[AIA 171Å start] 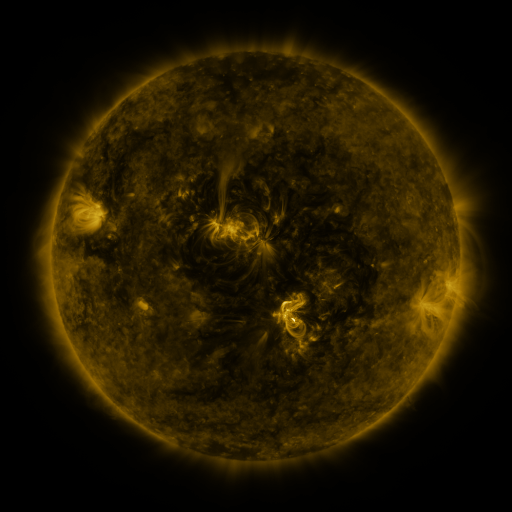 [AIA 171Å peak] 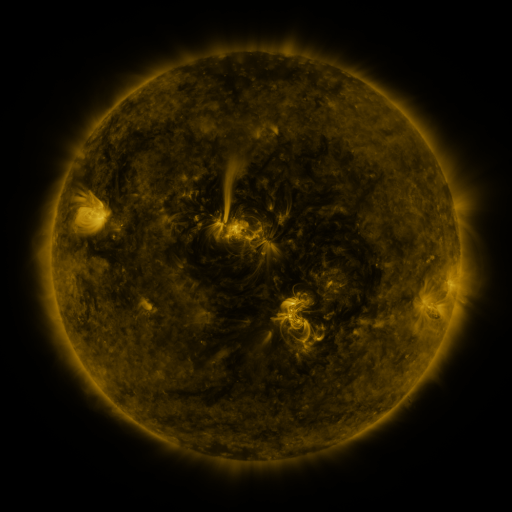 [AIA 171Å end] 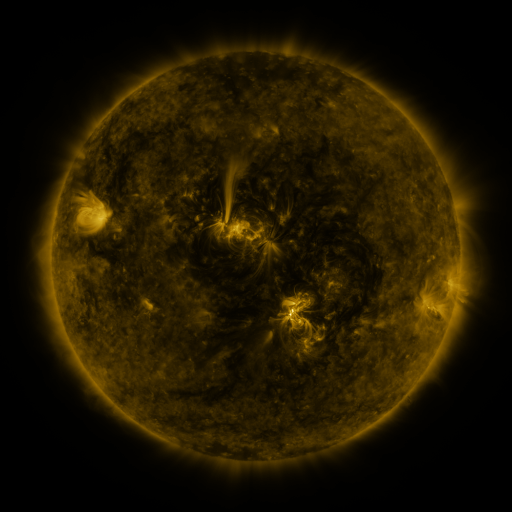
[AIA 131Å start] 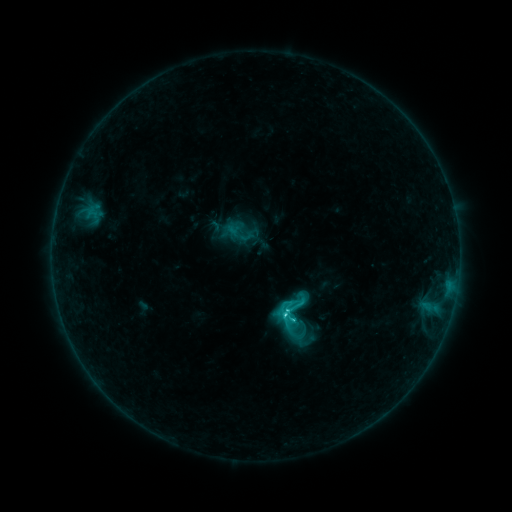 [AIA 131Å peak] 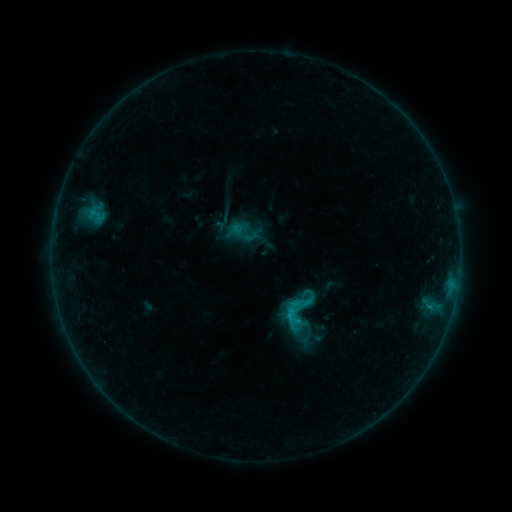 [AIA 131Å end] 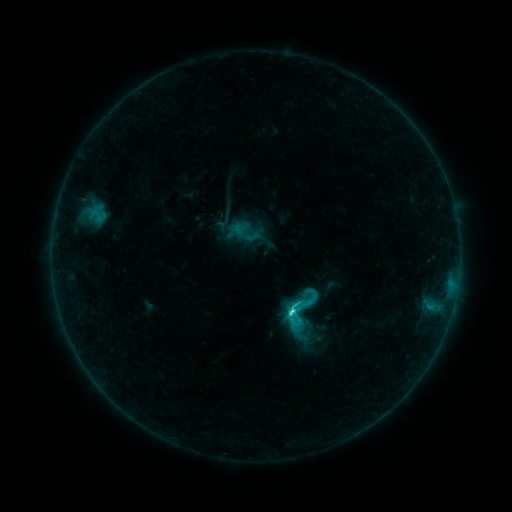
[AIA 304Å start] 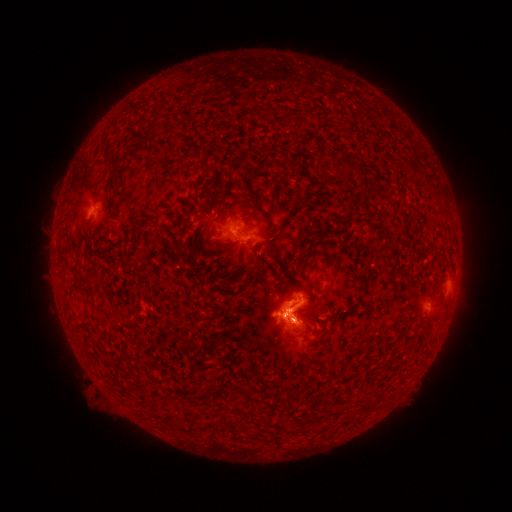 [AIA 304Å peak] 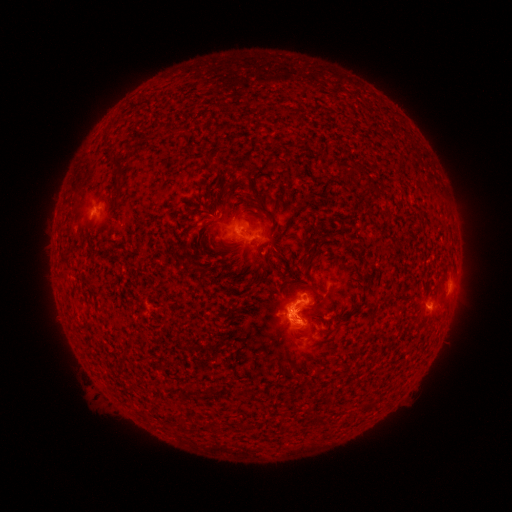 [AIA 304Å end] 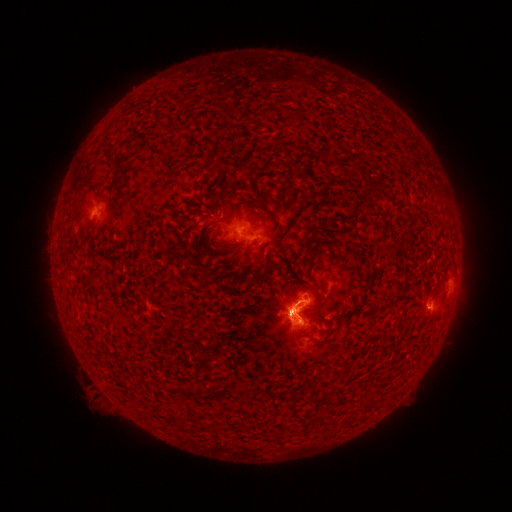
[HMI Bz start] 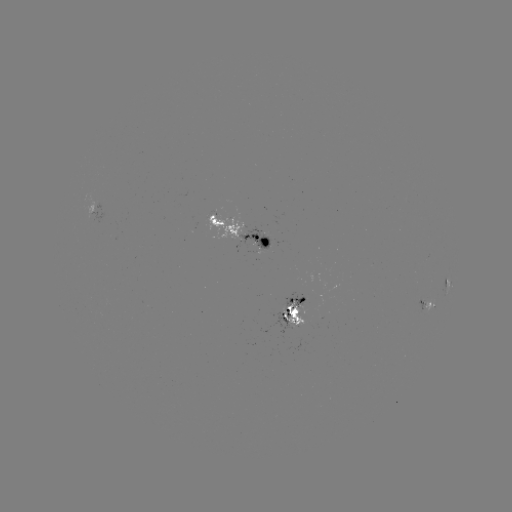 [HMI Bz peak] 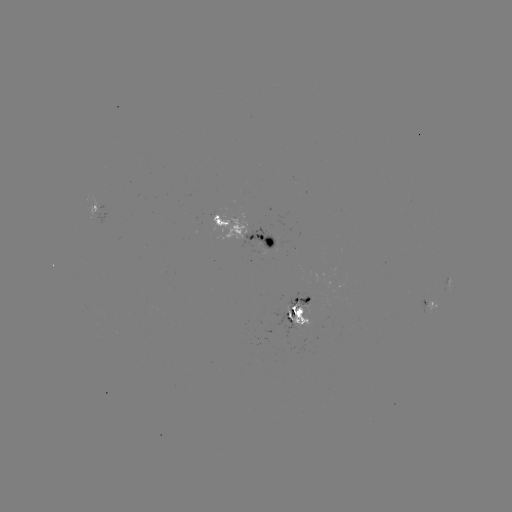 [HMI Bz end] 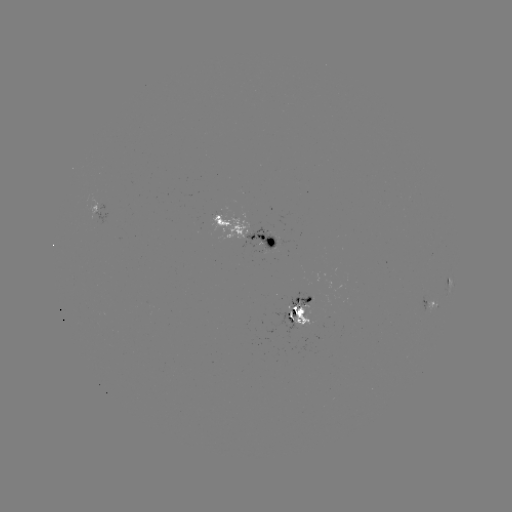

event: emerging-flux region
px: (214, 224)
